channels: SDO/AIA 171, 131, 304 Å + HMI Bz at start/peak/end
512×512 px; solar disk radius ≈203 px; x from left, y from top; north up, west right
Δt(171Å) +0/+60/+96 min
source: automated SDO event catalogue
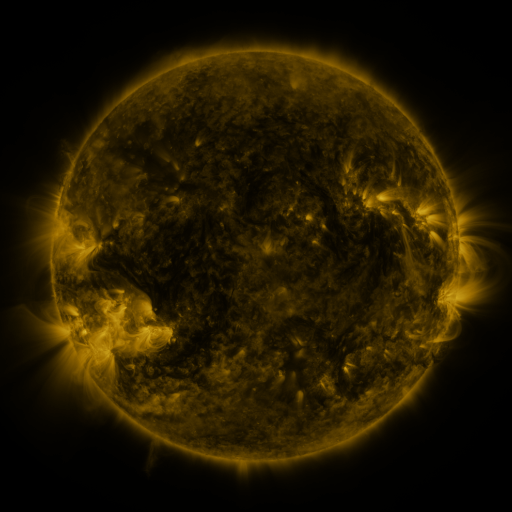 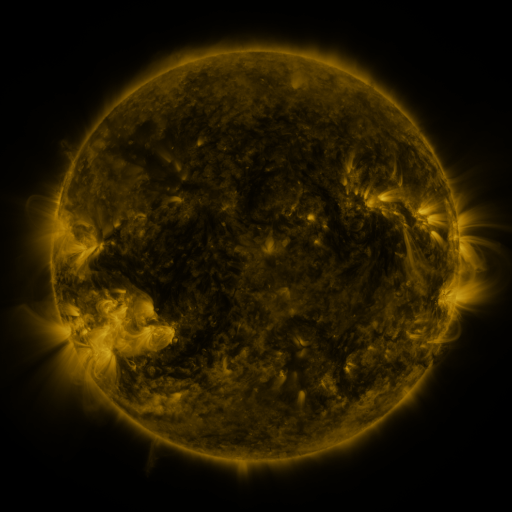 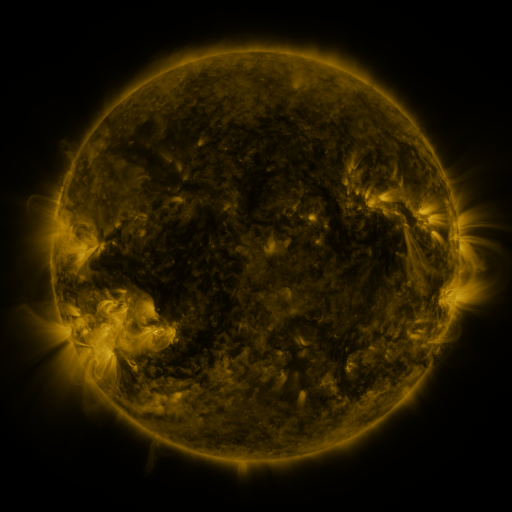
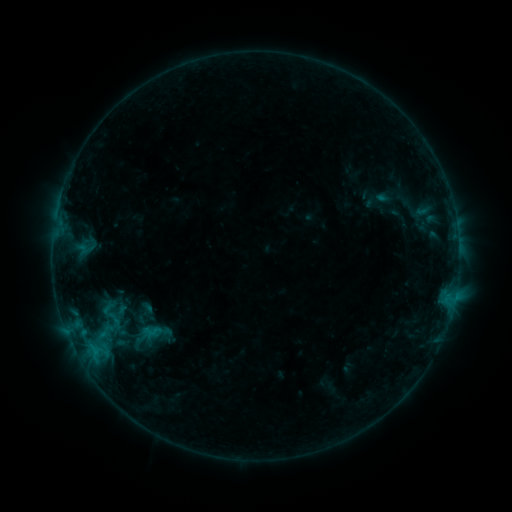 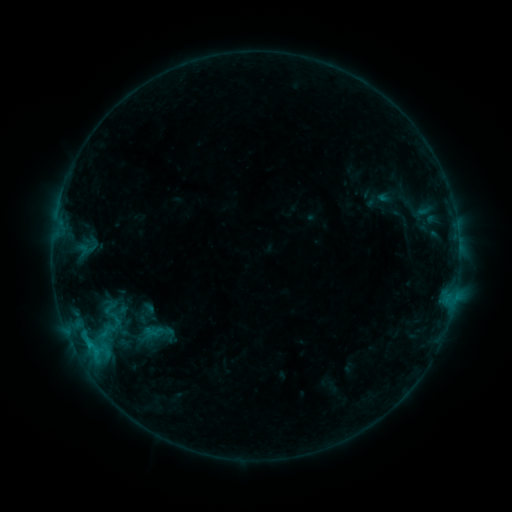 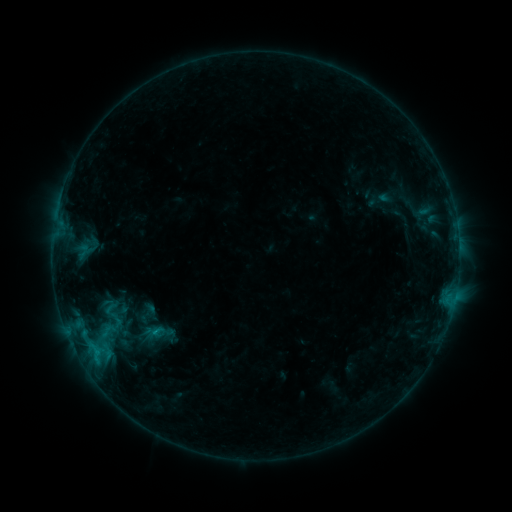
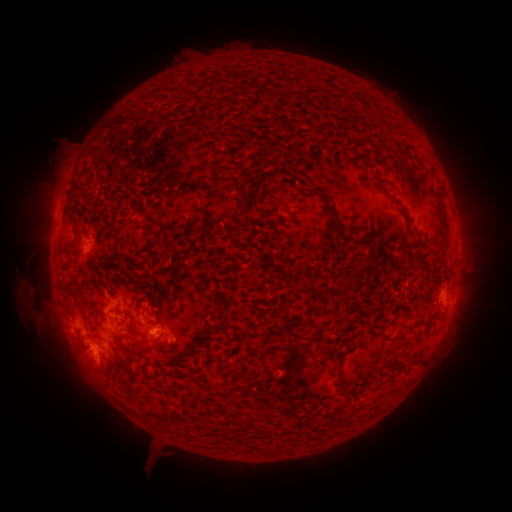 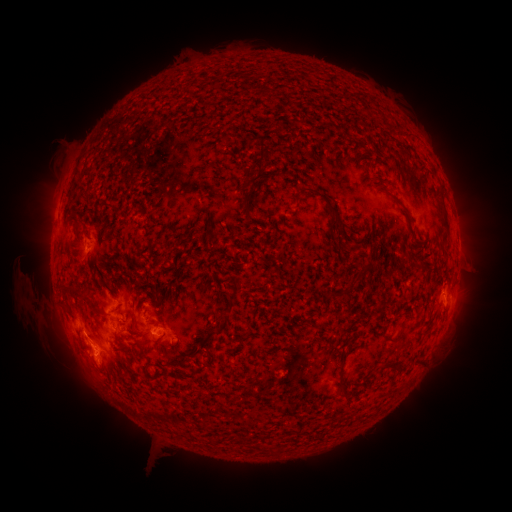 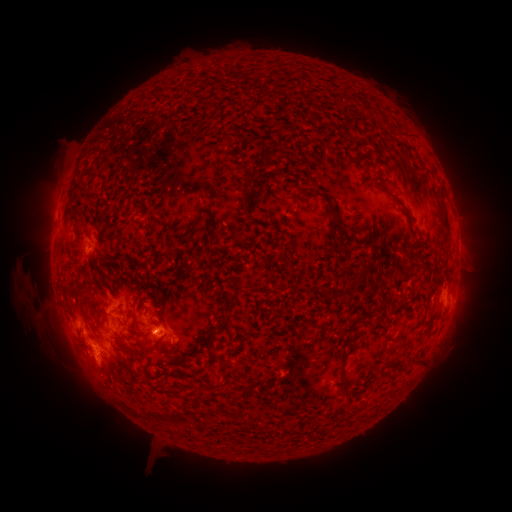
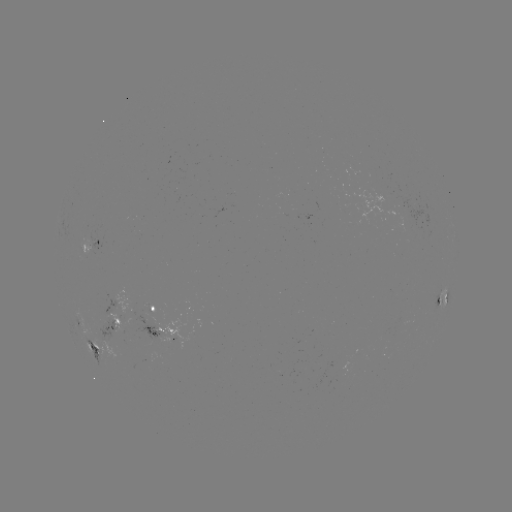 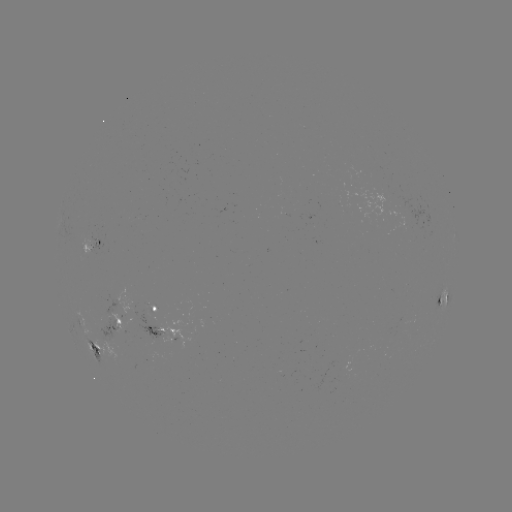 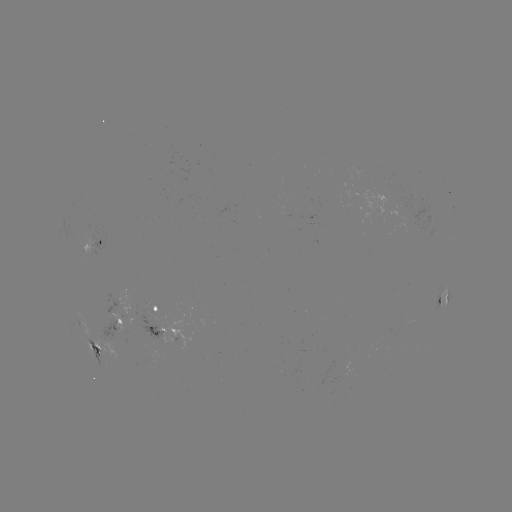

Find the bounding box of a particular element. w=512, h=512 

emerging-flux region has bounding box [121, 310, 162, 336].